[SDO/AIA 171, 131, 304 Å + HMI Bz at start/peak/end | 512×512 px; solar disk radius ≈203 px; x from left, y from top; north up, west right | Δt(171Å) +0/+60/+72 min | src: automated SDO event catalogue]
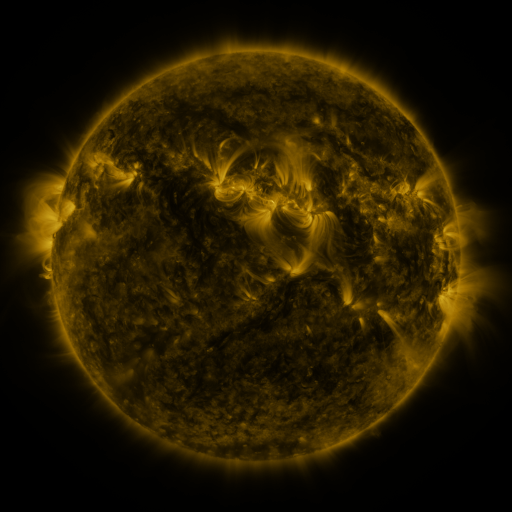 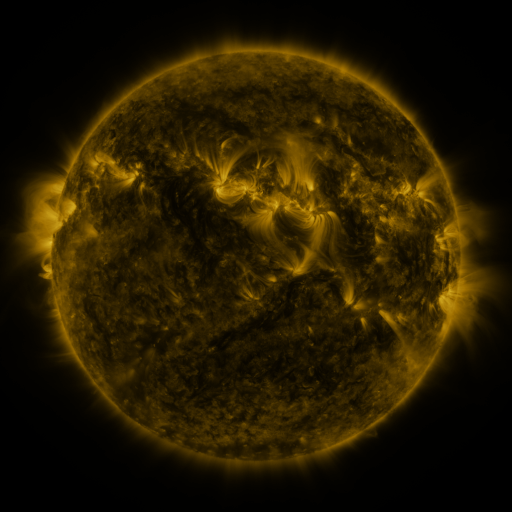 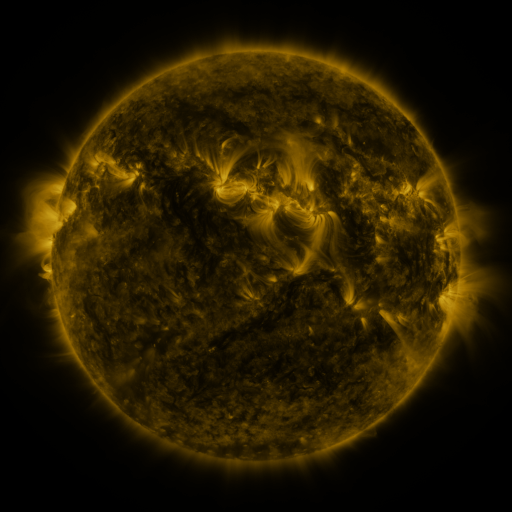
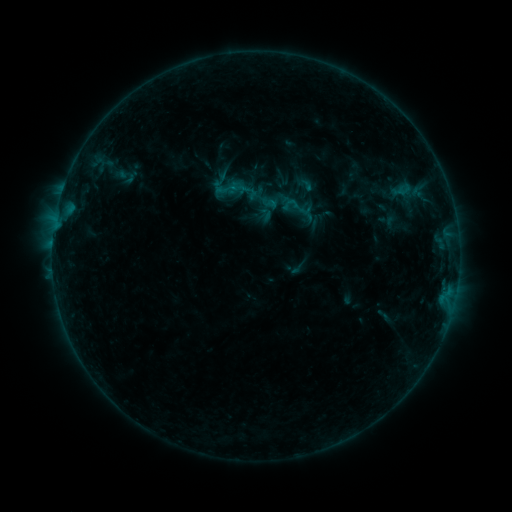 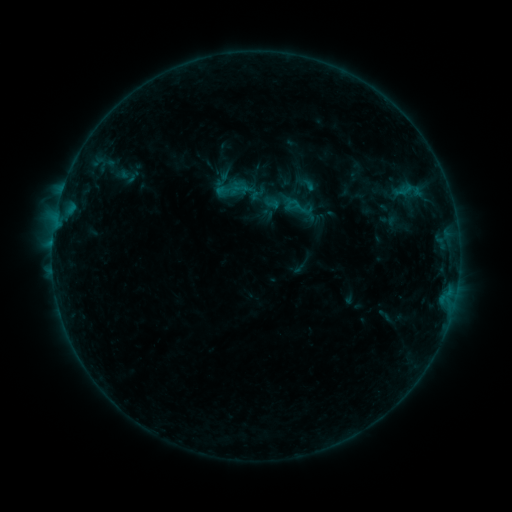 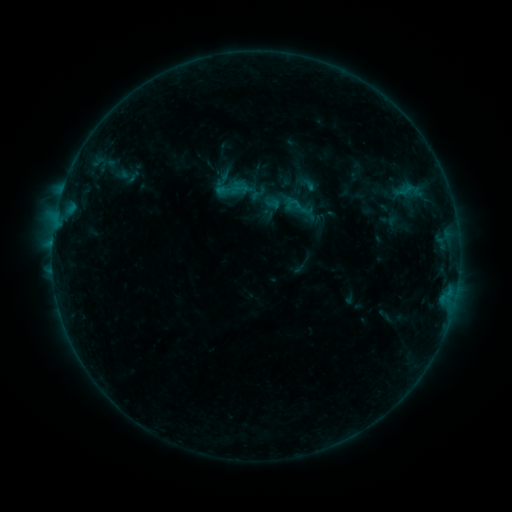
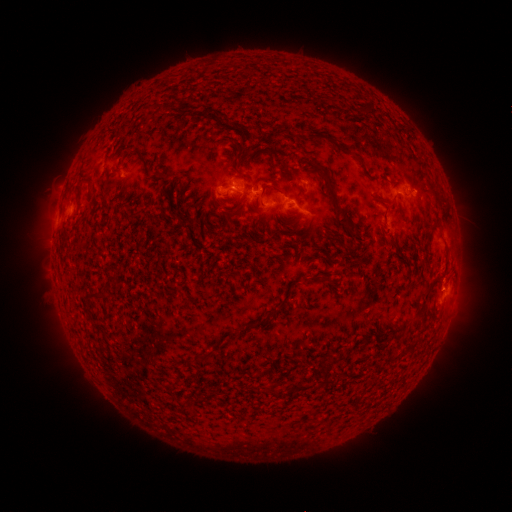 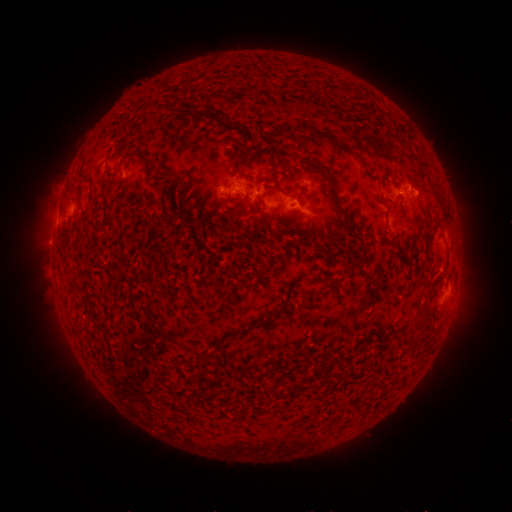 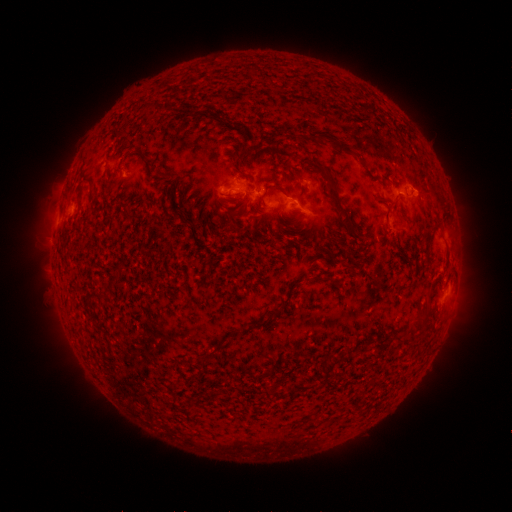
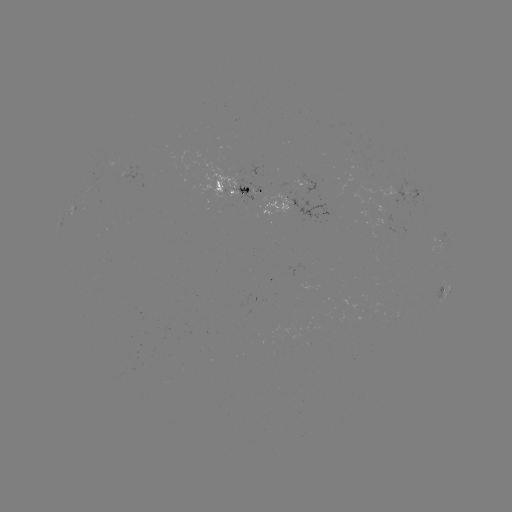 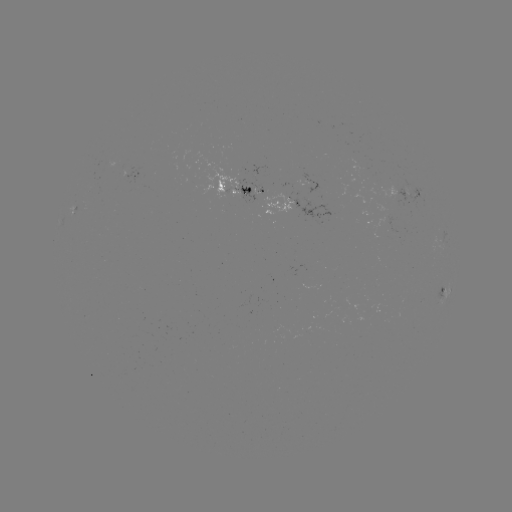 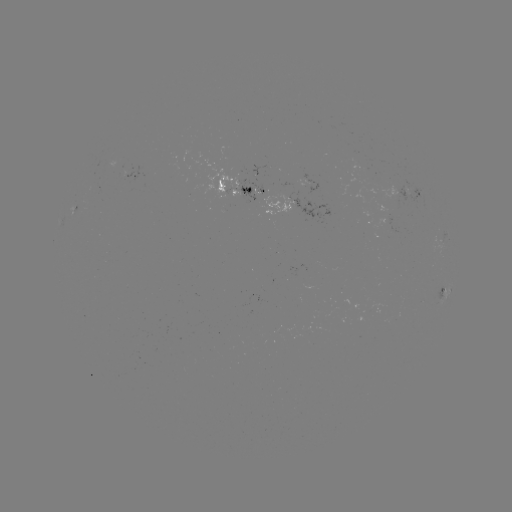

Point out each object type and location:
emerging-flux region: (254, 203)
